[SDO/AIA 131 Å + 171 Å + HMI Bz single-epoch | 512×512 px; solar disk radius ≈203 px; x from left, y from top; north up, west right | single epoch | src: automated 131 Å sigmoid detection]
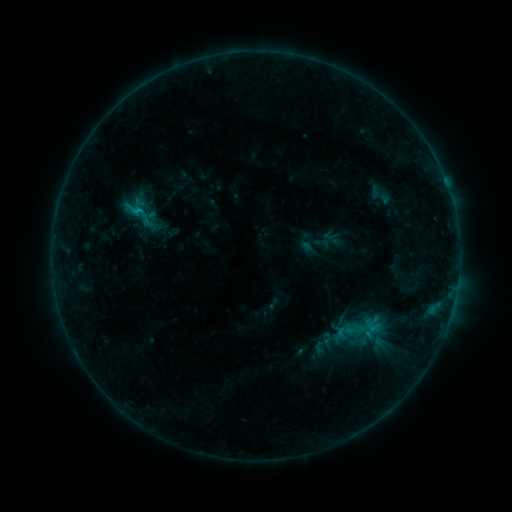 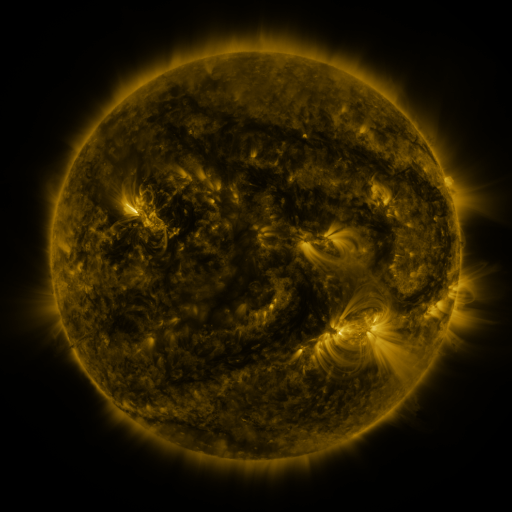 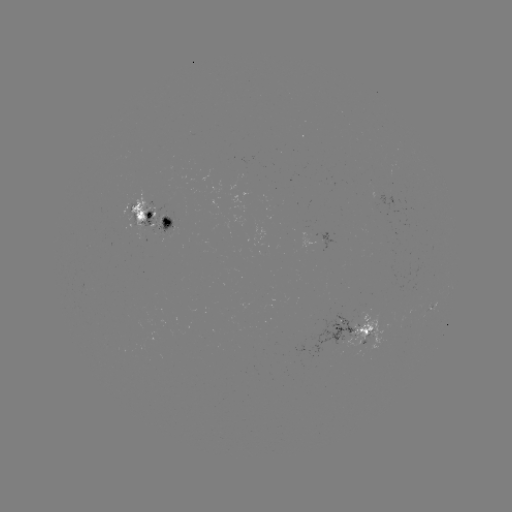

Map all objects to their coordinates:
sigmoid: (140, 214)
